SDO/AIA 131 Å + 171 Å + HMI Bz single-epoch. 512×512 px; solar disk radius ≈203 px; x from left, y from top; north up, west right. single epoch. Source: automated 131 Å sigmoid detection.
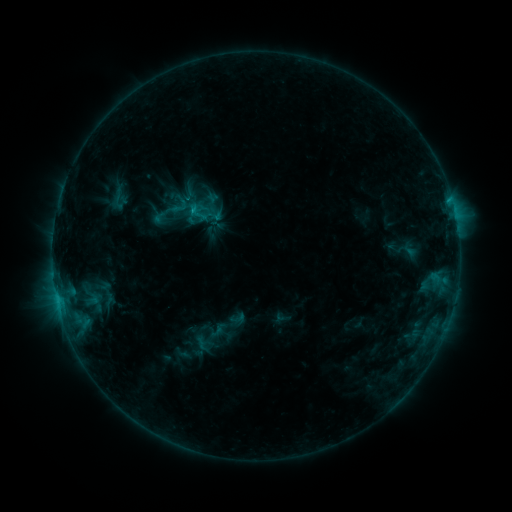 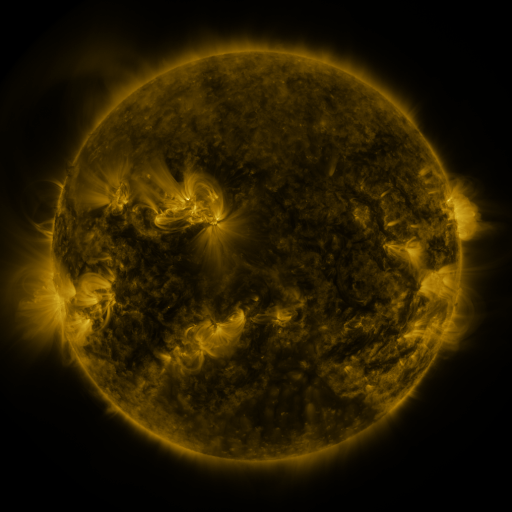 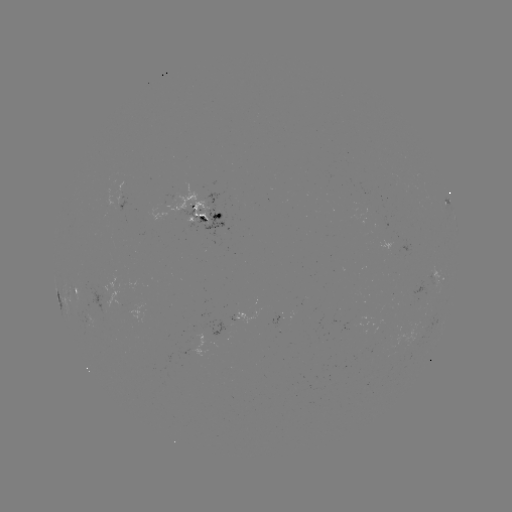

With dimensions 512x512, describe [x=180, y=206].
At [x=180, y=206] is sigmoid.